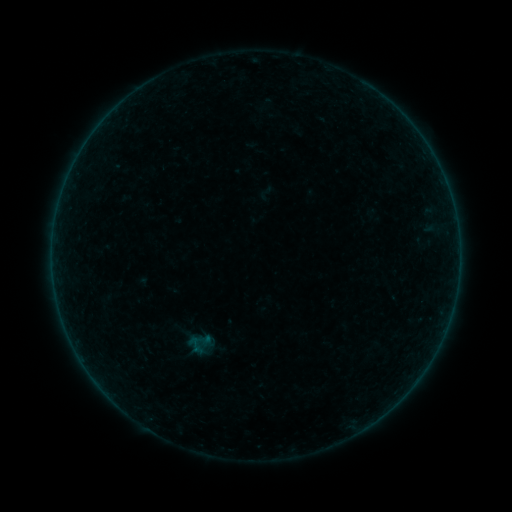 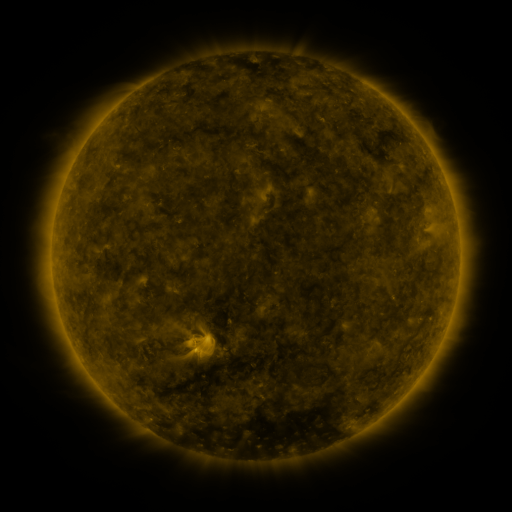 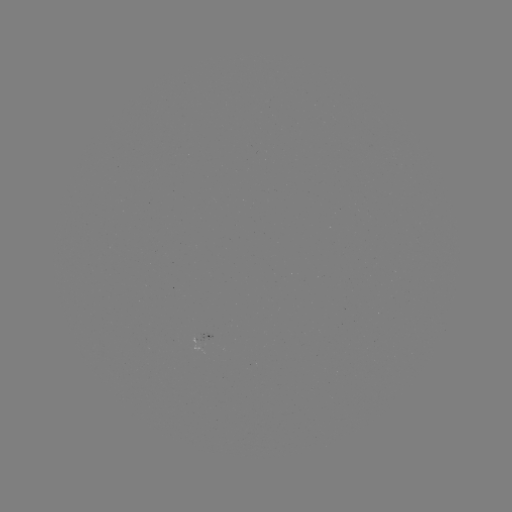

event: sigmoid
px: (195, 344)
